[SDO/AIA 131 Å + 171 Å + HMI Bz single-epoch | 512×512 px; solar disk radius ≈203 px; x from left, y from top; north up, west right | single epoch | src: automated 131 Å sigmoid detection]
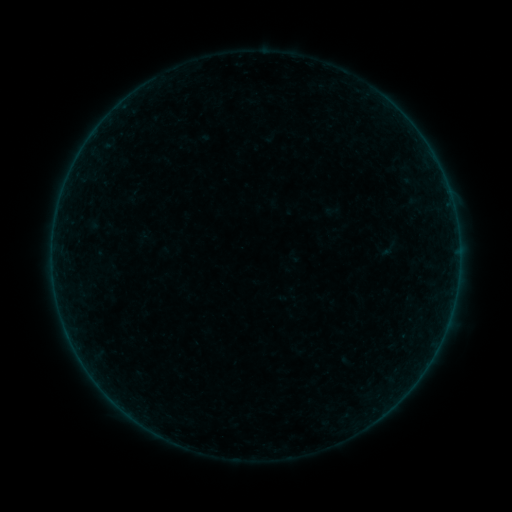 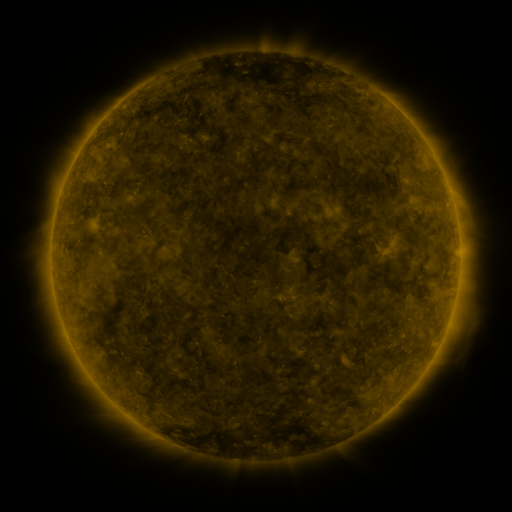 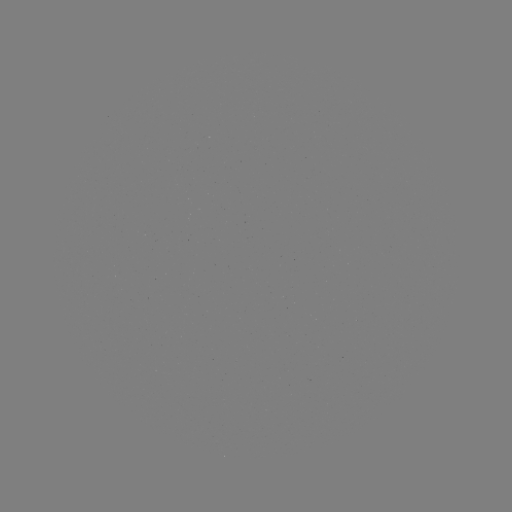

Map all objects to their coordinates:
sigmoid: (389, 249)
